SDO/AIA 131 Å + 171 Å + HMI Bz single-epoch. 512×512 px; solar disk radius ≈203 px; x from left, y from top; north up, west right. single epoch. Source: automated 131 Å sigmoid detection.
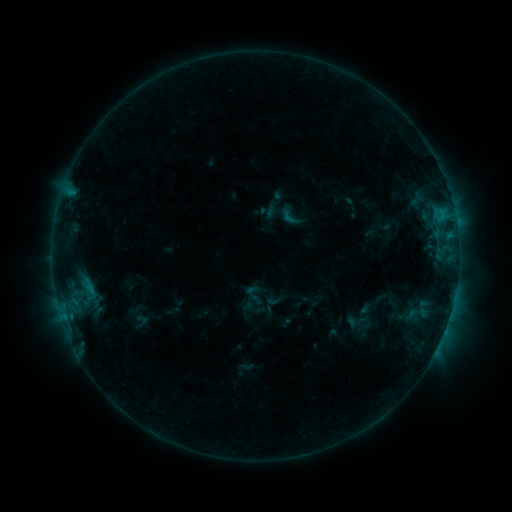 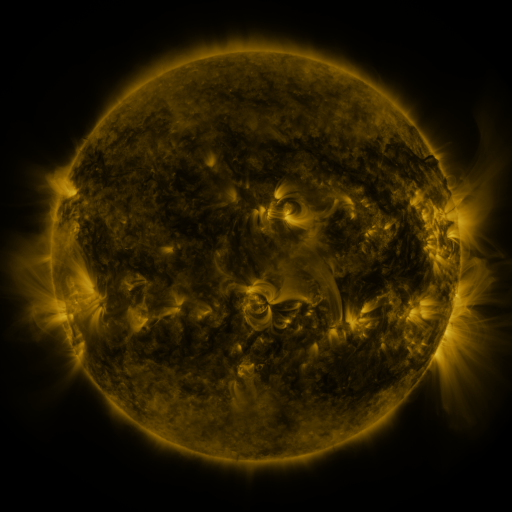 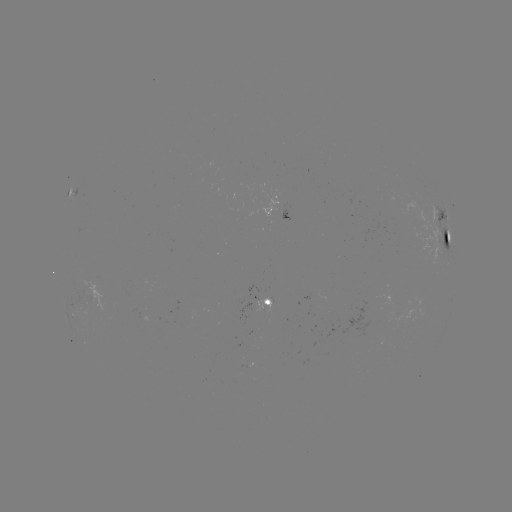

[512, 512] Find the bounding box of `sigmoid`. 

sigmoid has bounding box [278, 205, 302, 228].